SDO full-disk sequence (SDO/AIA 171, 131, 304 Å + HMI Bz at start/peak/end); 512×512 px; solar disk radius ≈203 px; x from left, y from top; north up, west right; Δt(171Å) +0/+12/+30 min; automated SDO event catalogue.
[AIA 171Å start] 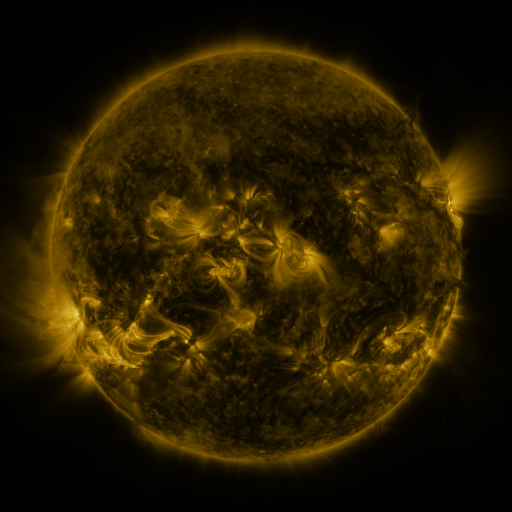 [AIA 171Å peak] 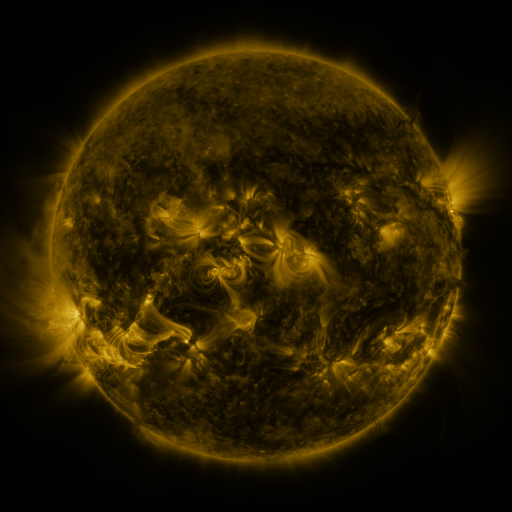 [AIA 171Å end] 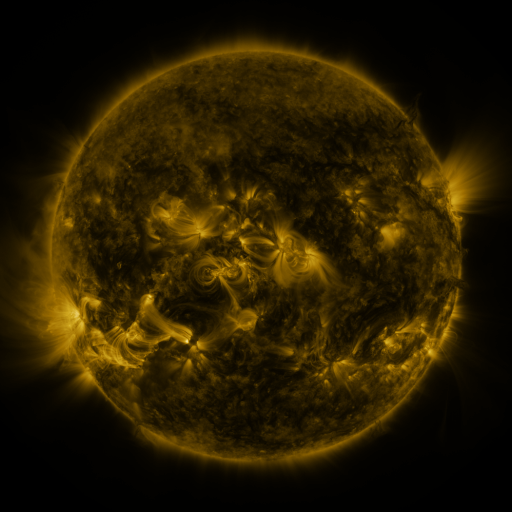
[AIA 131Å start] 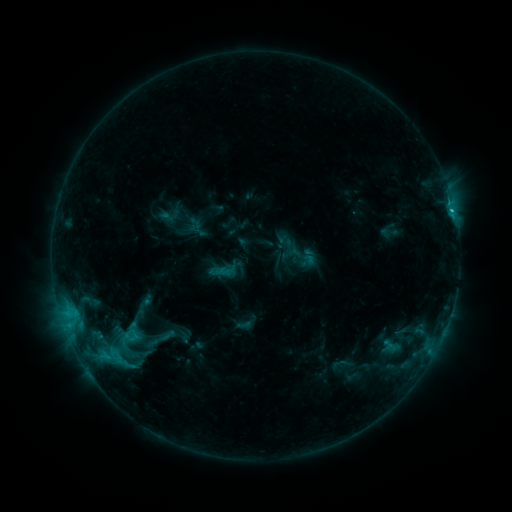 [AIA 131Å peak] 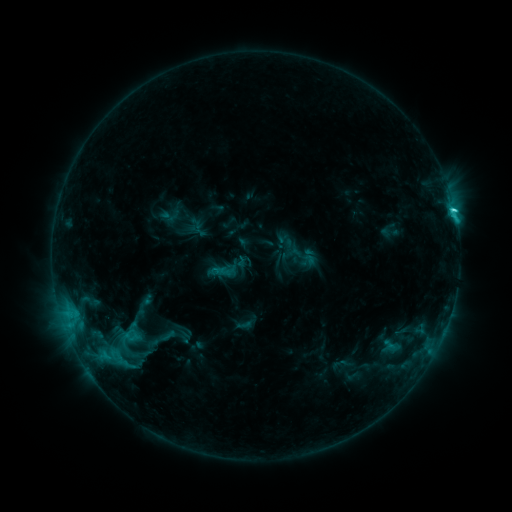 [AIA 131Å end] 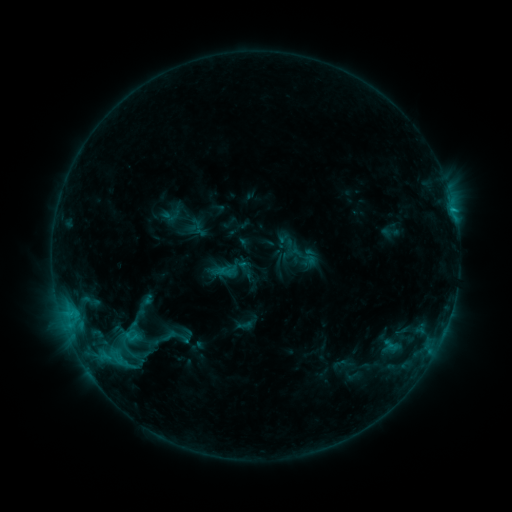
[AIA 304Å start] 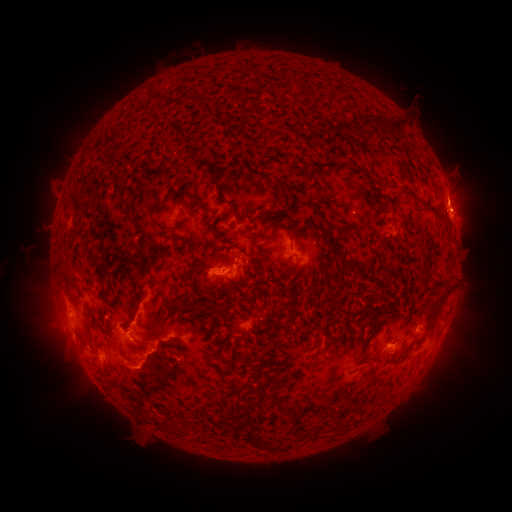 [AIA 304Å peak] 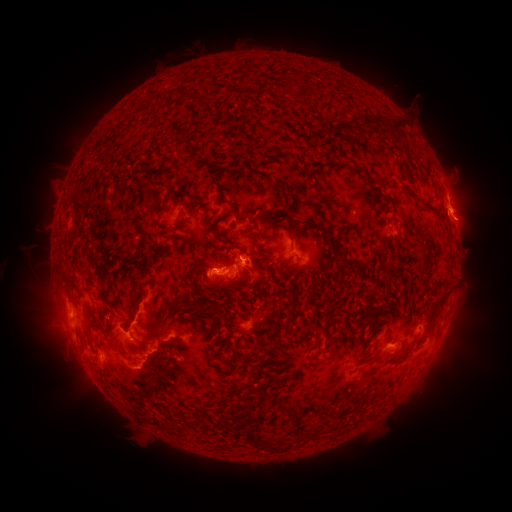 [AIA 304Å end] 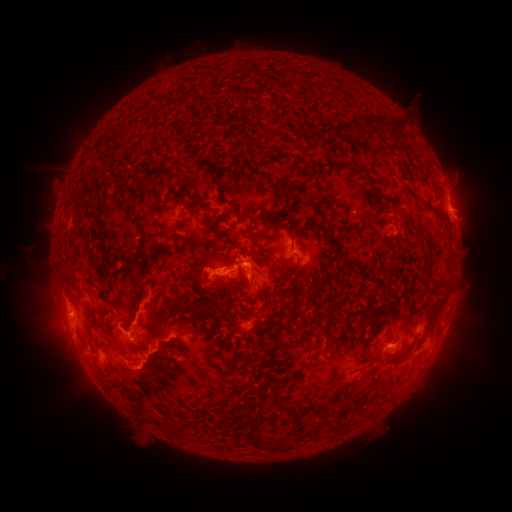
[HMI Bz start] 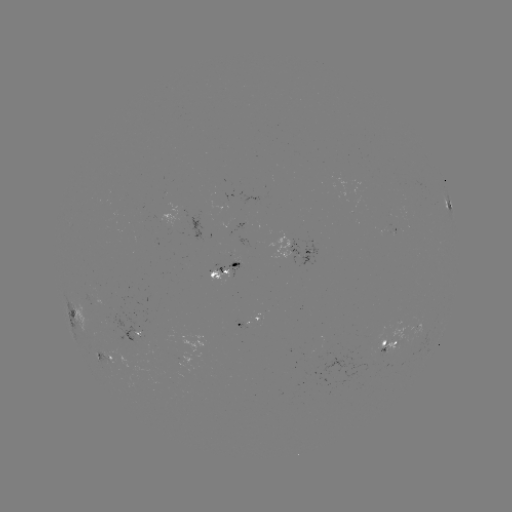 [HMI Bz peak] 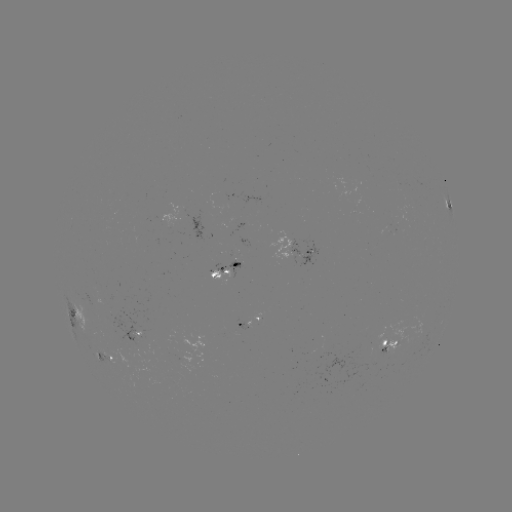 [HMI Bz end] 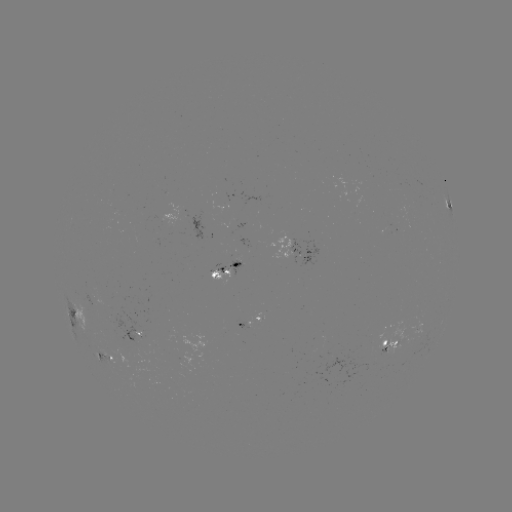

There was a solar eruption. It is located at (253, 273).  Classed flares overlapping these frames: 1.